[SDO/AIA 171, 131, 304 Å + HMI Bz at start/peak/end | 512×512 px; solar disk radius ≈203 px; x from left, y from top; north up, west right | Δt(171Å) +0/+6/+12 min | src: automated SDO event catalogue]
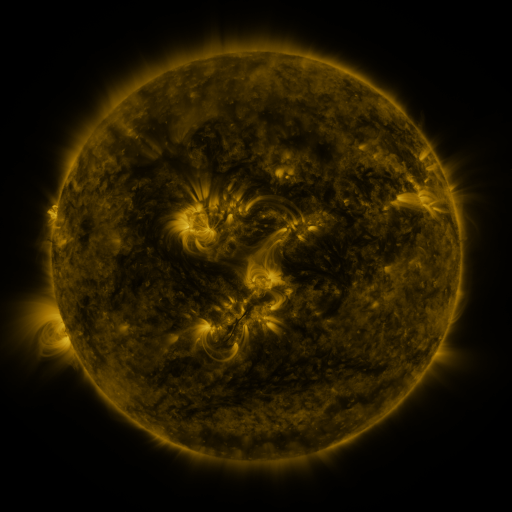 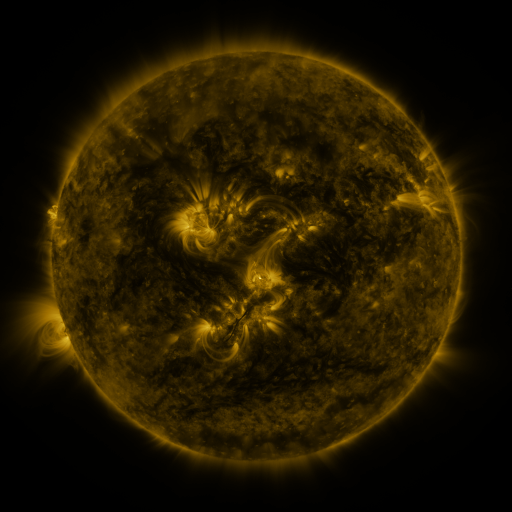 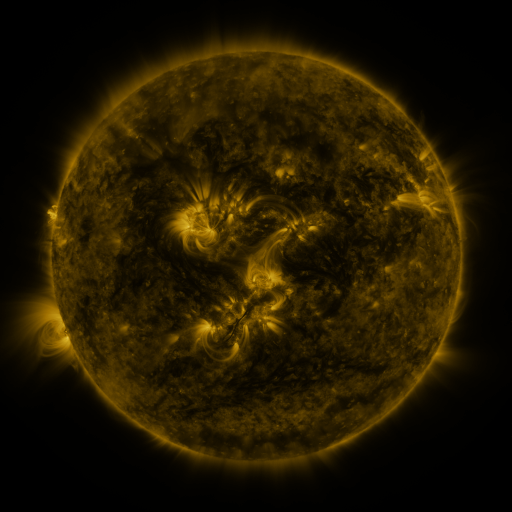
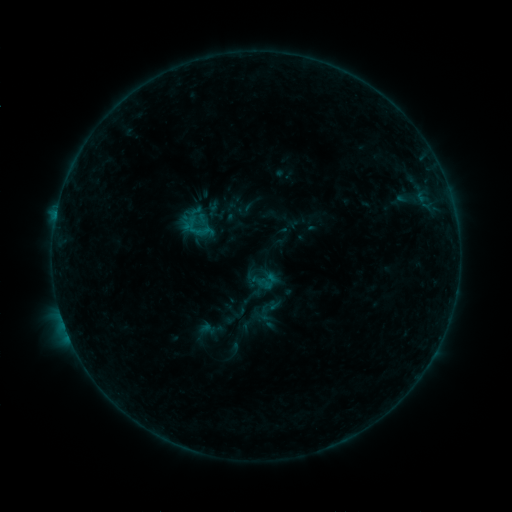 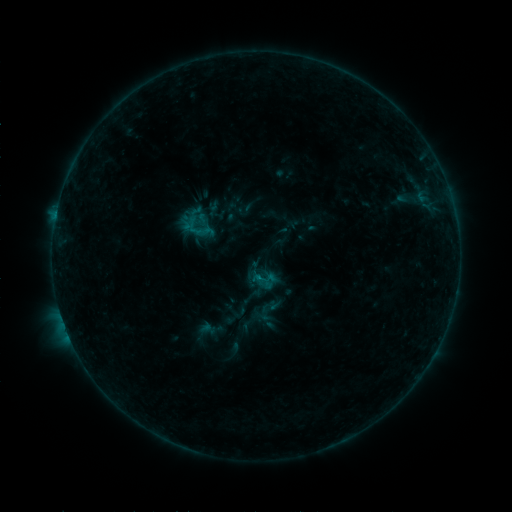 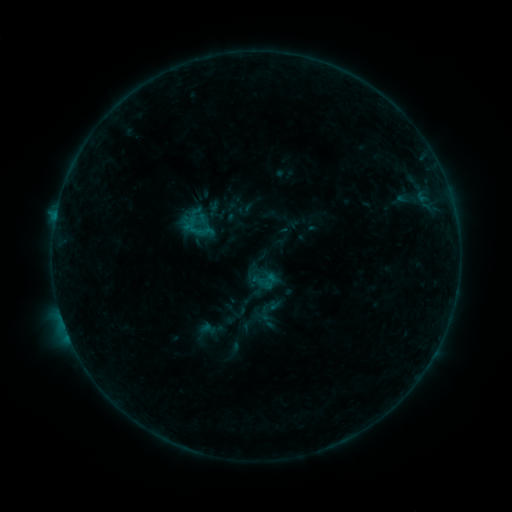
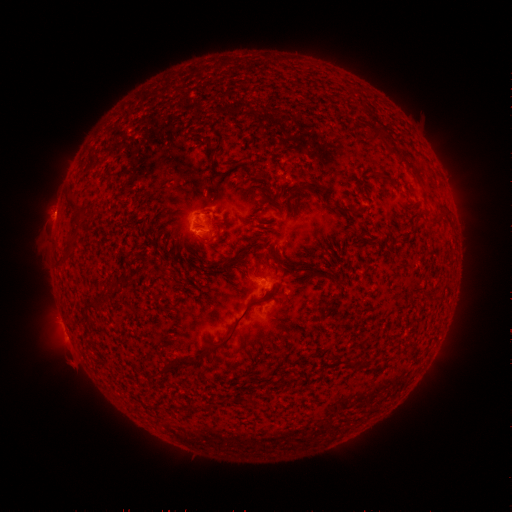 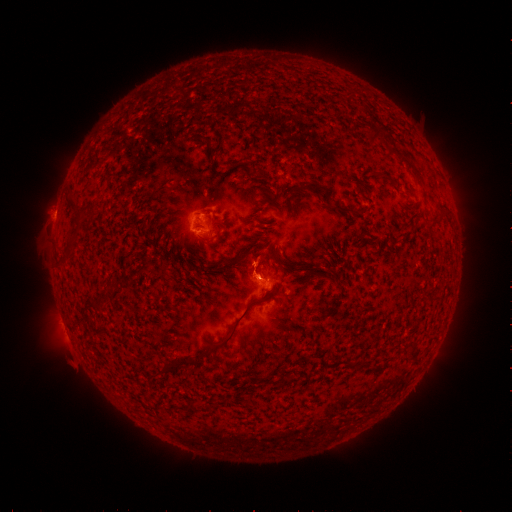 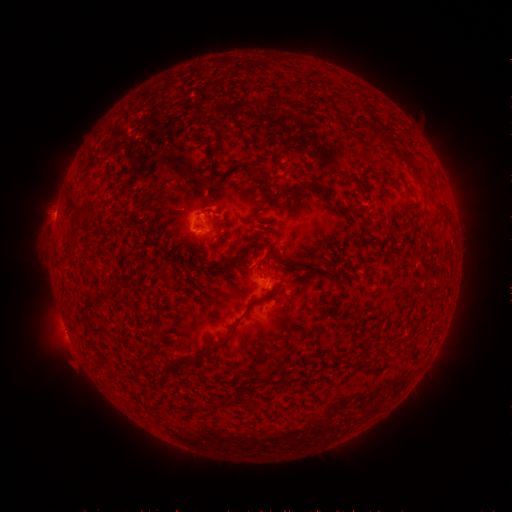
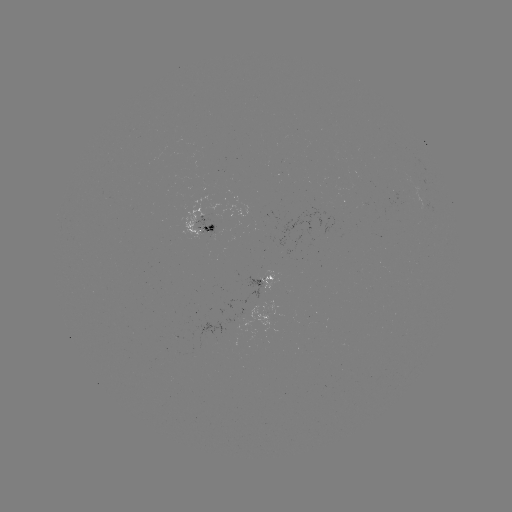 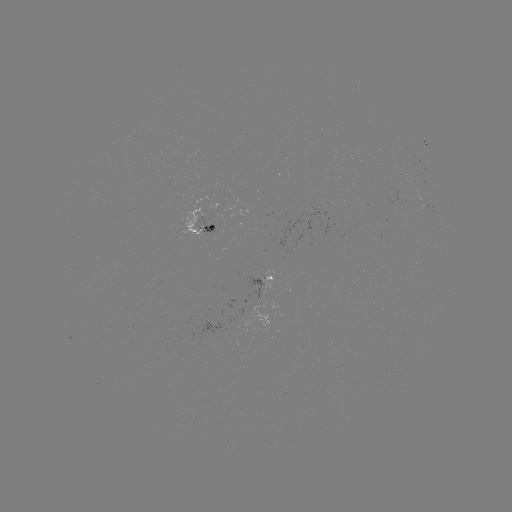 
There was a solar eruption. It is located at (256, 265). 